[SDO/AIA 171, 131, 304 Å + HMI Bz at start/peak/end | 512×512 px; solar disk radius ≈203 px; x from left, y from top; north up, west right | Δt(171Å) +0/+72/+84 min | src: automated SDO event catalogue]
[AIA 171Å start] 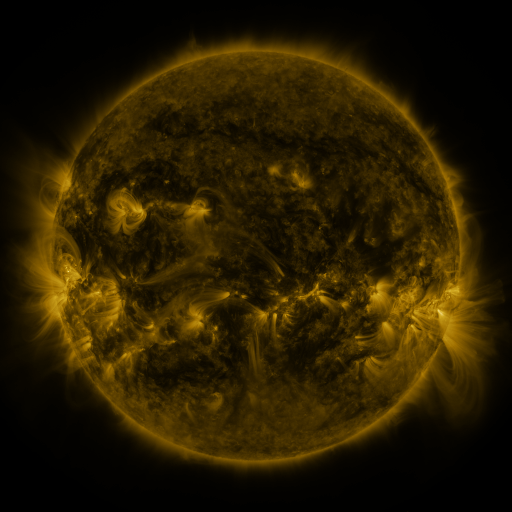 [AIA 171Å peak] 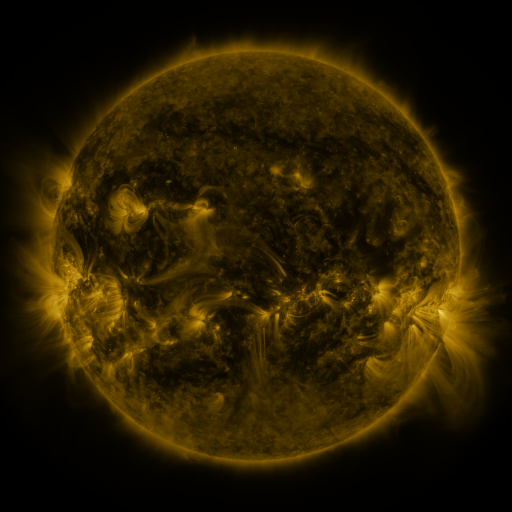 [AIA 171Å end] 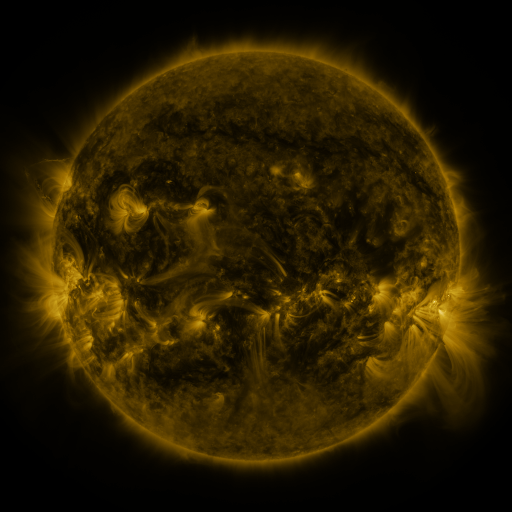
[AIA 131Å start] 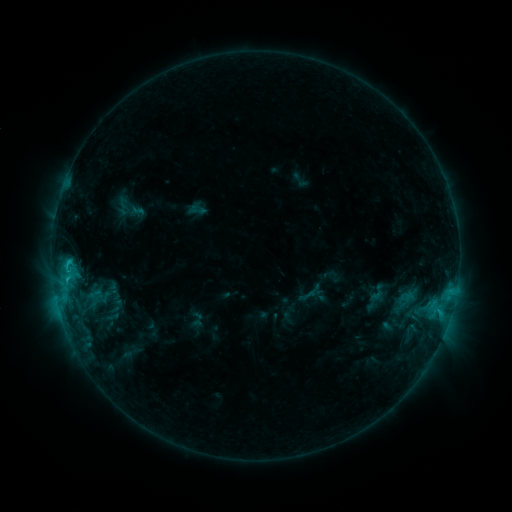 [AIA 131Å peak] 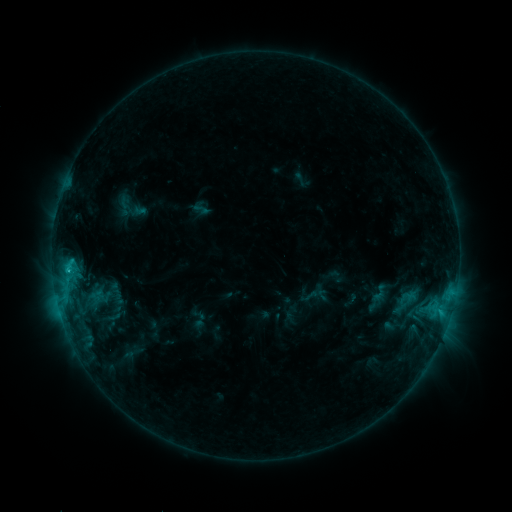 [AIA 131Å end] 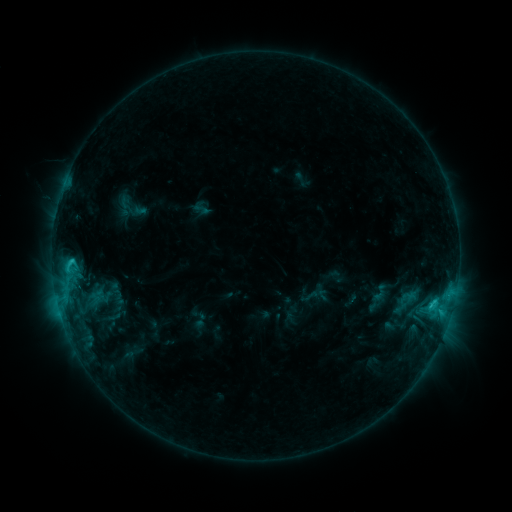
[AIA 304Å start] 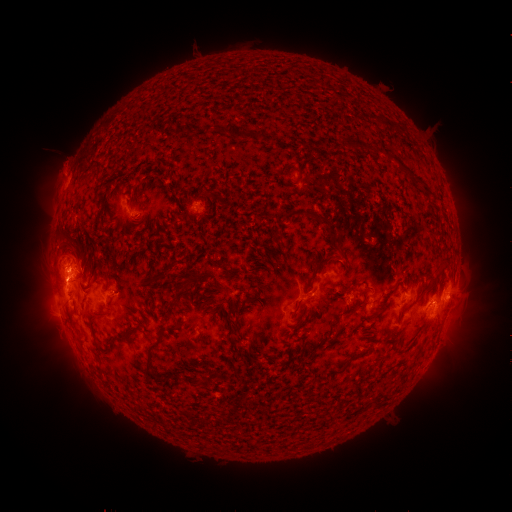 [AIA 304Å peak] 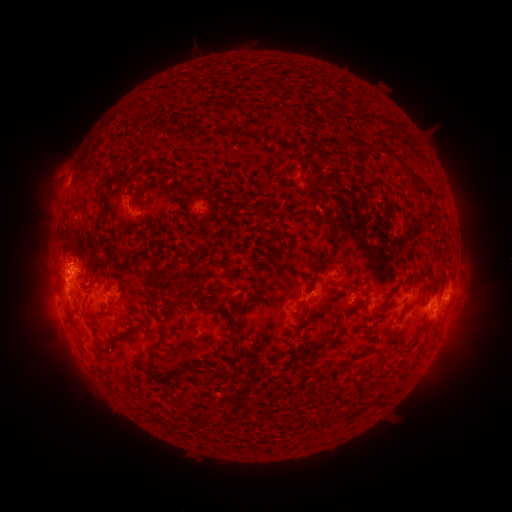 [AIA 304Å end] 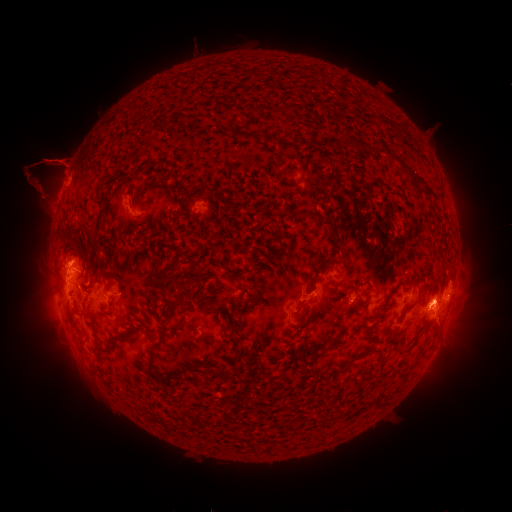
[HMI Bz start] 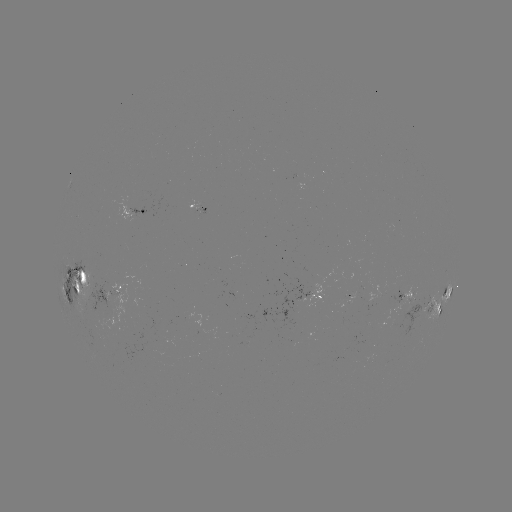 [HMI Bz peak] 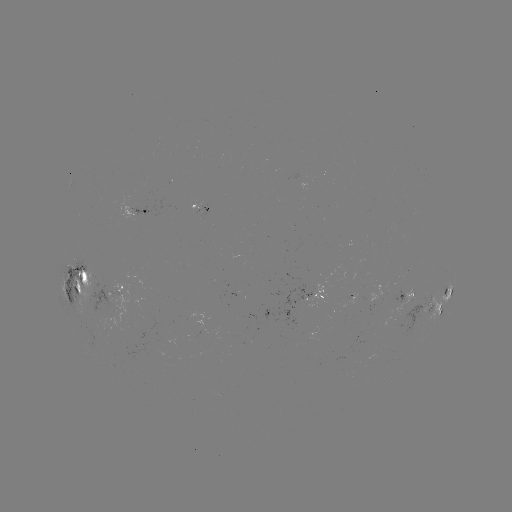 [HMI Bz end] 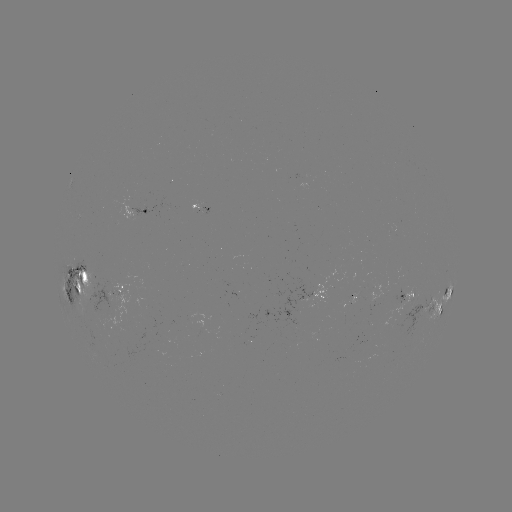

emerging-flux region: [74, 272, 102, 302]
